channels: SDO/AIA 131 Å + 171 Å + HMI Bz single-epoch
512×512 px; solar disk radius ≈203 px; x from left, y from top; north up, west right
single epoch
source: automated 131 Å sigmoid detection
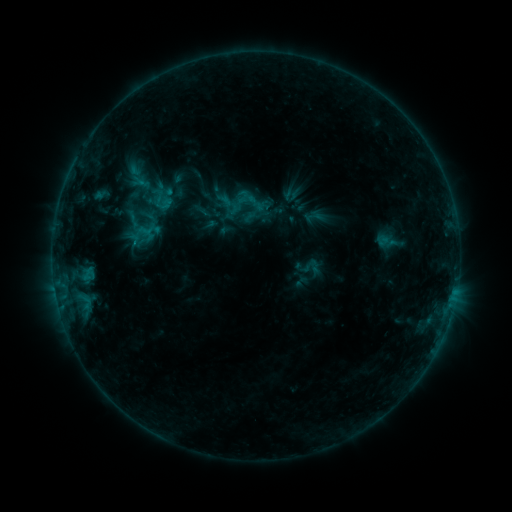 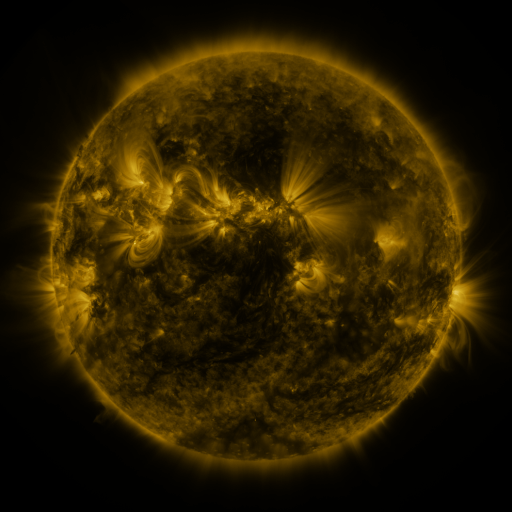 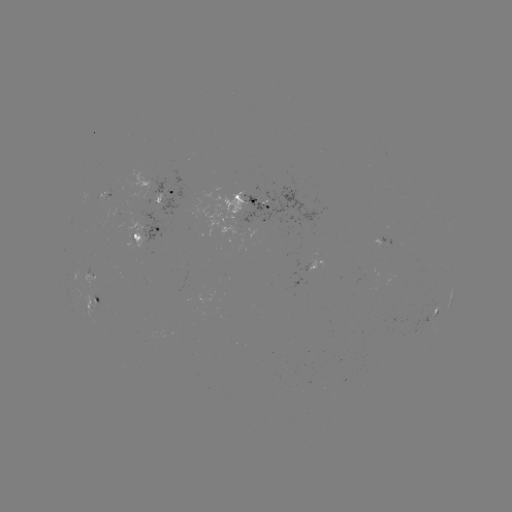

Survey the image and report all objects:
sigmoid: (313, 216)
sigmoid: (142, 232)
